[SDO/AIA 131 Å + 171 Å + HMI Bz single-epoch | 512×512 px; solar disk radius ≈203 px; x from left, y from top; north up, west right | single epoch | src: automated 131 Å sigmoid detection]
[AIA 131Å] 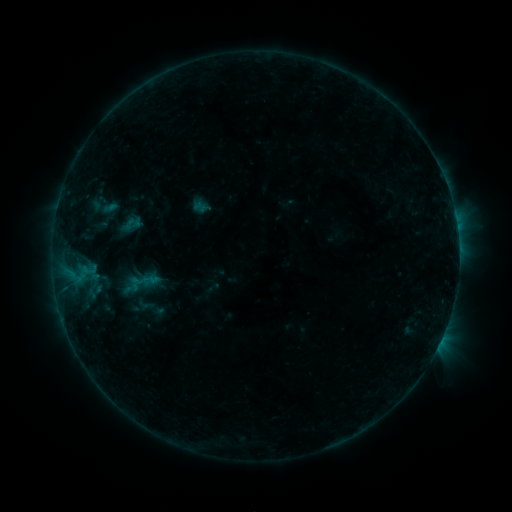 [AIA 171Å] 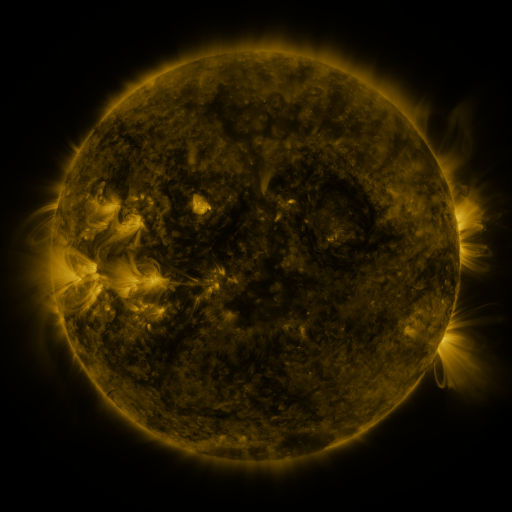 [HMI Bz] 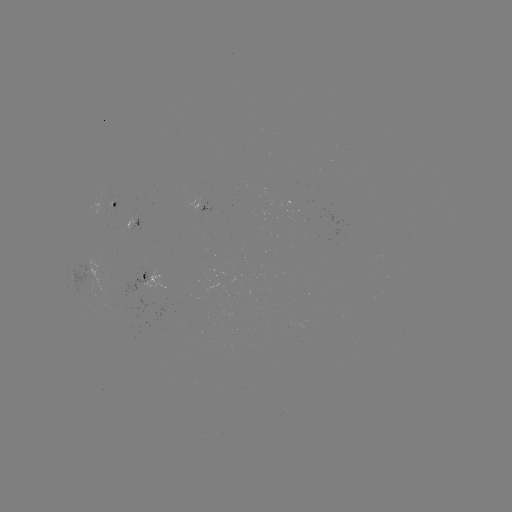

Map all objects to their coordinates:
sigmoid: [127, 270, 156, 295]
